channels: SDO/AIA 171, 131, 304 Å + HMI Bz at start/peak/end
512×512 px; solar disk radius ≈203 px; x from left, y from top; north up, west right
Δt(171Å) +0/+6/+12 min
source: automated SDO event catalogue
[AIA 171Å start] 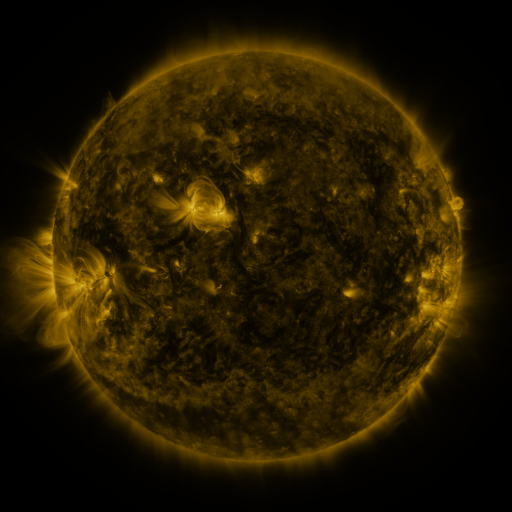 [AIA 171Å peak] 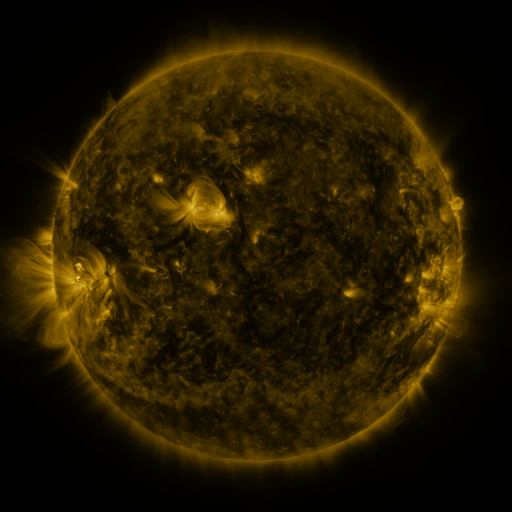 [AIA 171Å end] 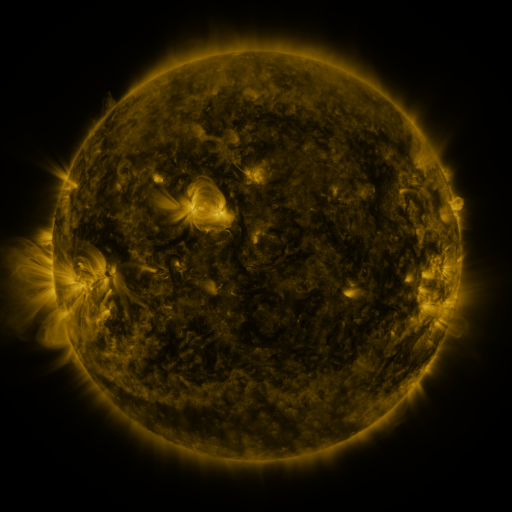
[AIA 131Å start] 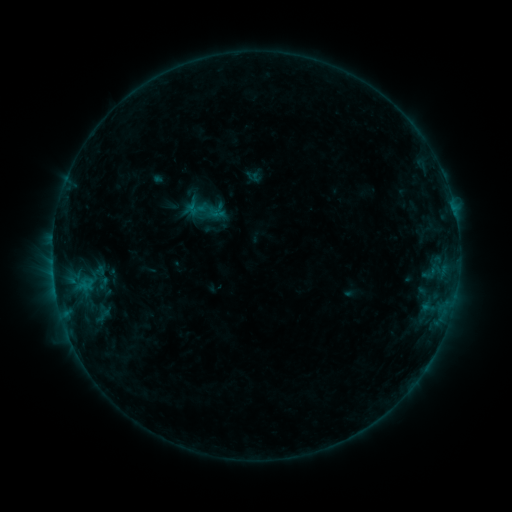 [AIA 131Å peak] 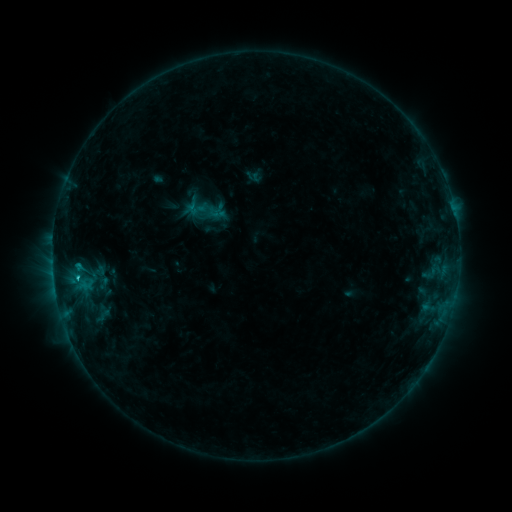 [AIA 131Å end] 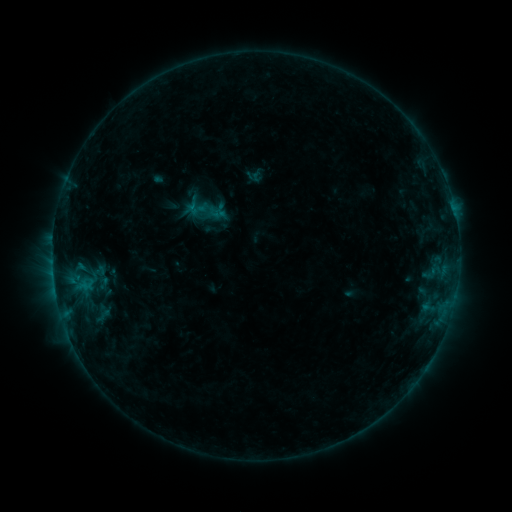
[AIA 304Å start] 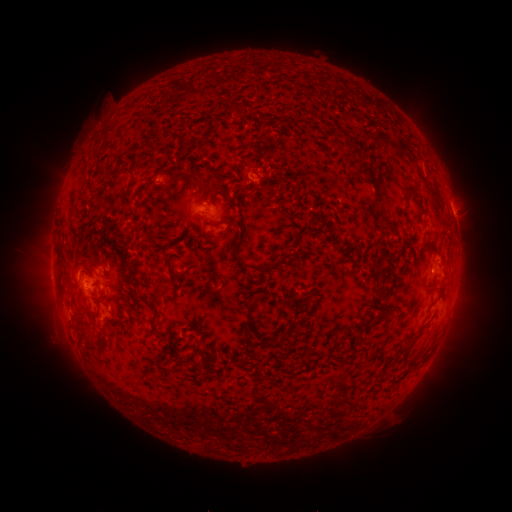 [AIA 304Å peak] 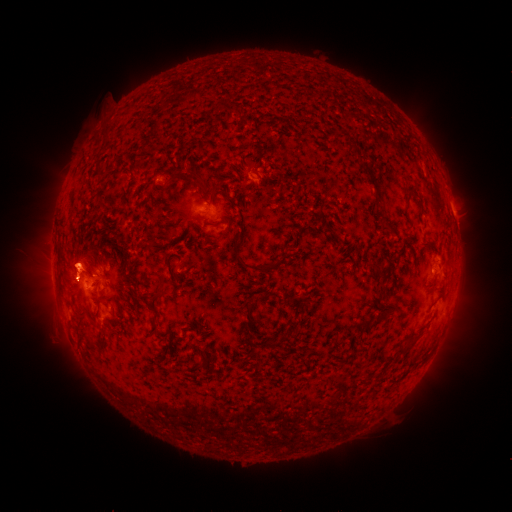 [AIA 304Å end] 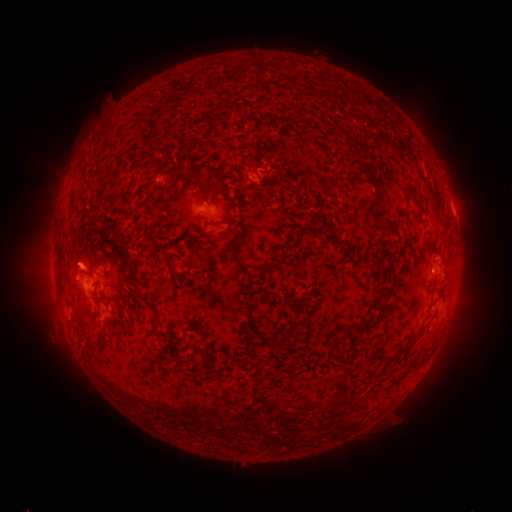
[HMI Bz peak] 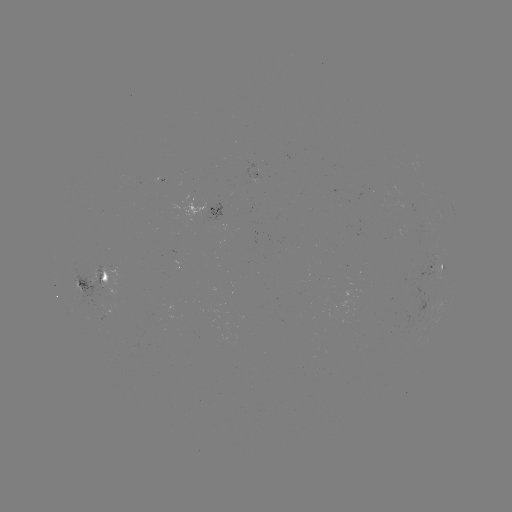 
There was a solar eruption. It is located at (76, 214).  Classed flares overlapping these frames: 1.